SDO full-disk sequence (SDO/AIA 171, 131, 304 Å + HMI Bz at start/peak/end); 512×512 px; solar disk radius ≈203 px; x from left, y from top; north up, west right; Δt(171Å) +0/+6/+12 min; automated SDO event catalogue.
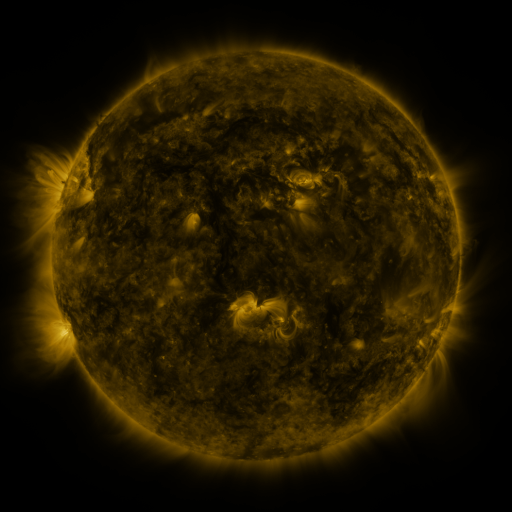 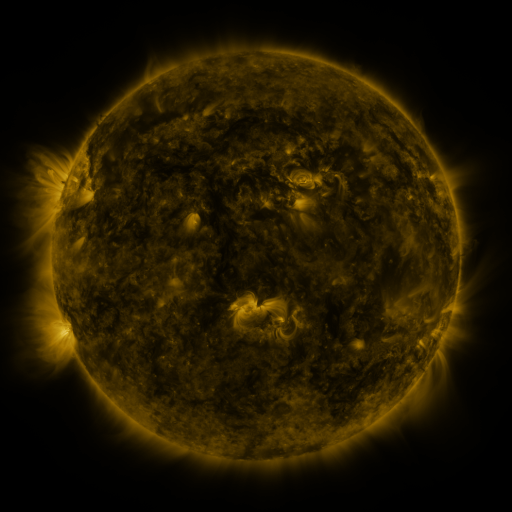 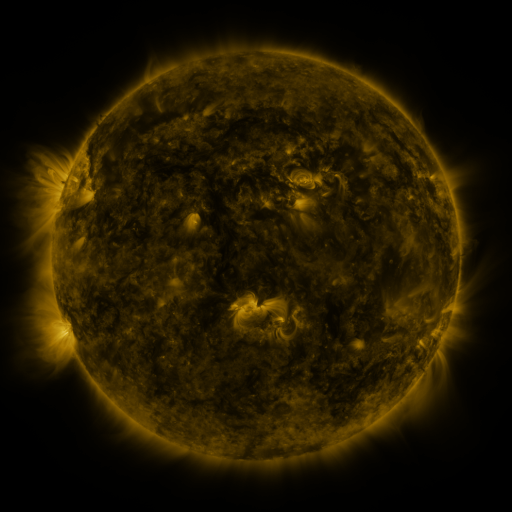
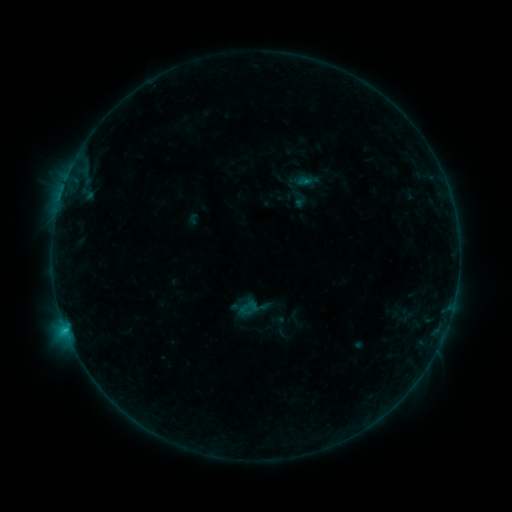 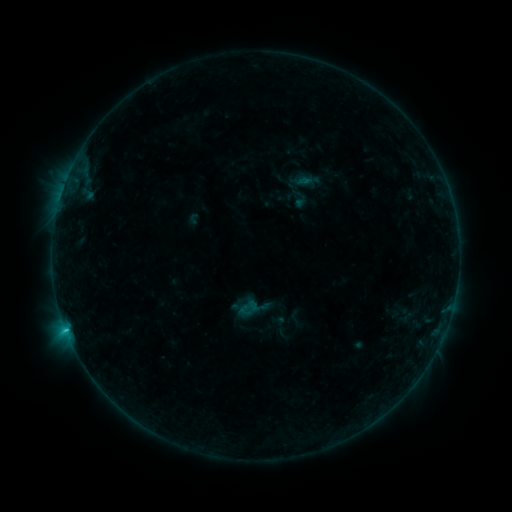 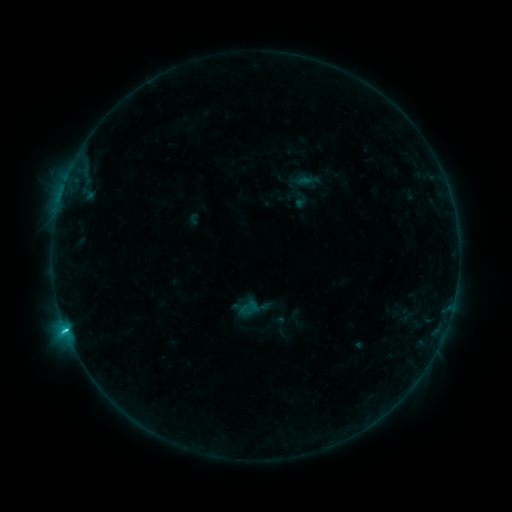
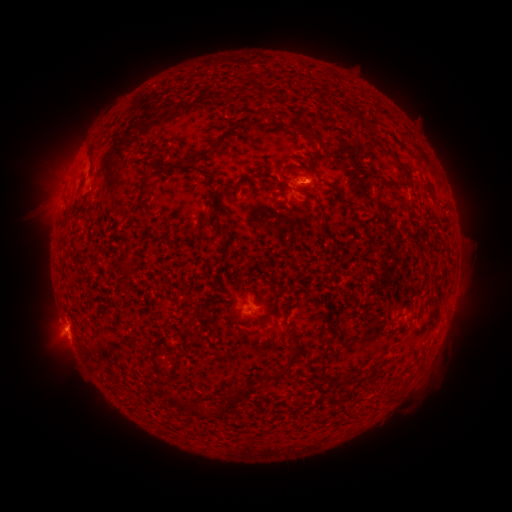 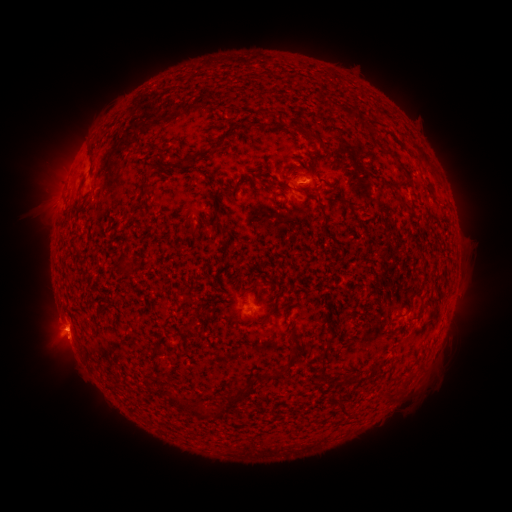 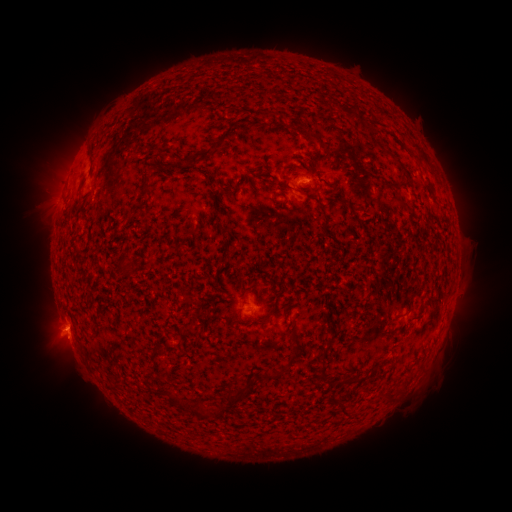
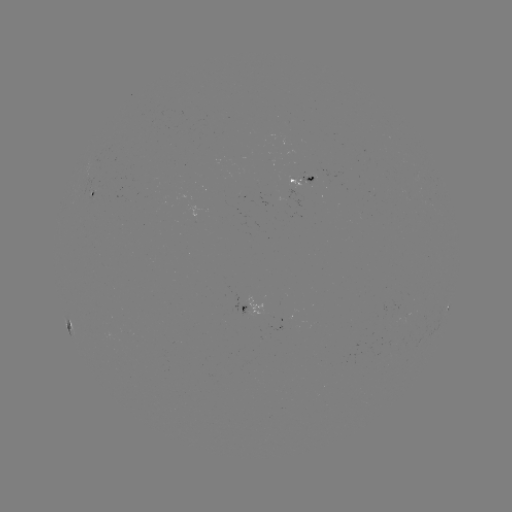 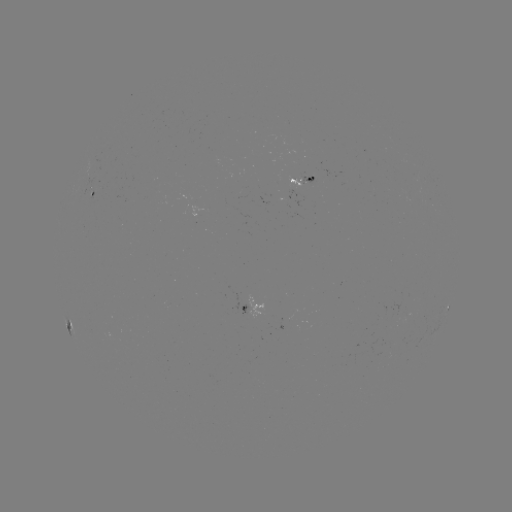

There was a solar flare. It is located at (68, 335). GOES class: C1.4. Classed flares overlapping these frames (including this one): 1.